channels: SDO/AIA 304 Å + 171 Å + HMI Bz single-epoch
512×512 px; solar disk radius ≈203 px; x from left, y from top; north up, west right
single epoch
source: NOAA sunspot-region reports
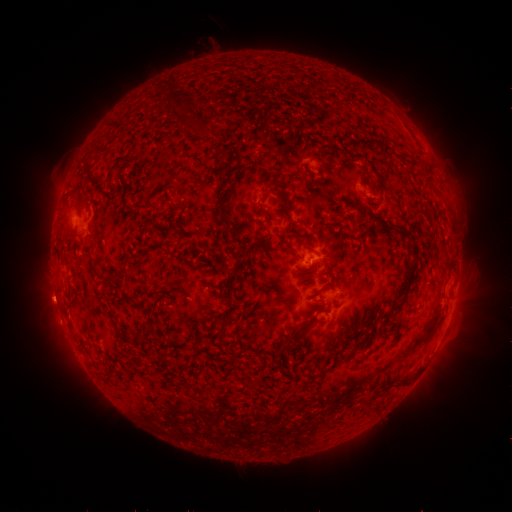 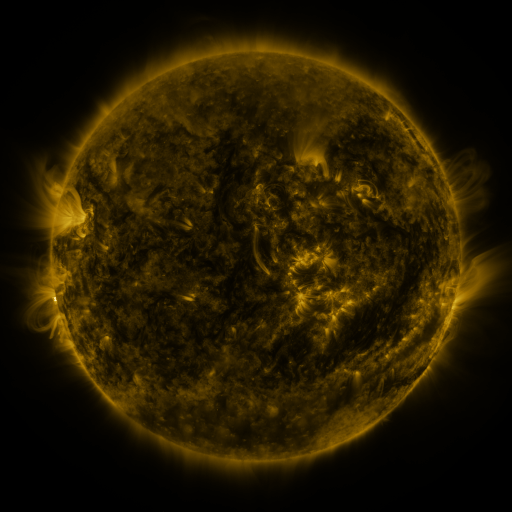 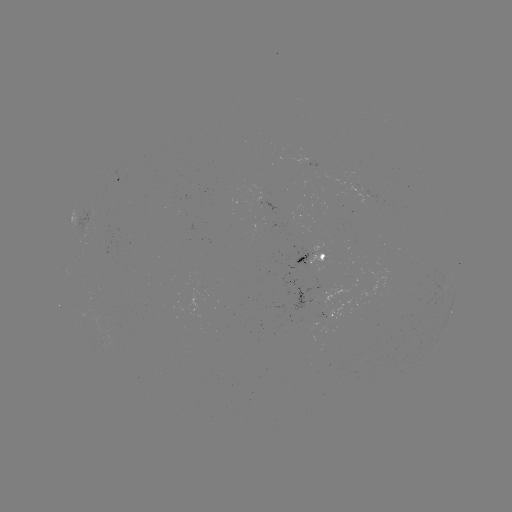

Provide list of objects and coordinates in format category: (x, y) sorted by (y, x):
spotted active region: (121, 180)
spotted active region: (318, 260)
spotted active region: (452, 308)
spotted active region: (333, 313)
